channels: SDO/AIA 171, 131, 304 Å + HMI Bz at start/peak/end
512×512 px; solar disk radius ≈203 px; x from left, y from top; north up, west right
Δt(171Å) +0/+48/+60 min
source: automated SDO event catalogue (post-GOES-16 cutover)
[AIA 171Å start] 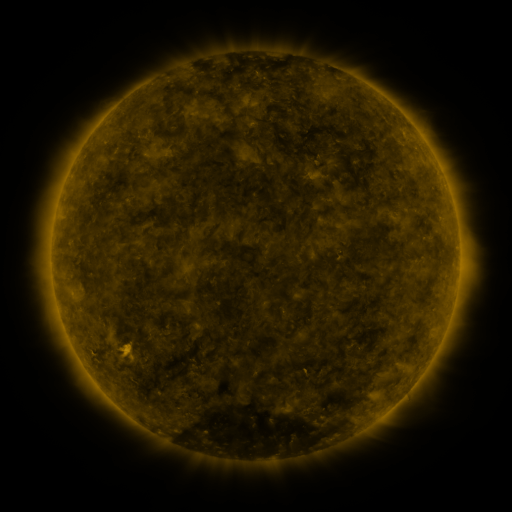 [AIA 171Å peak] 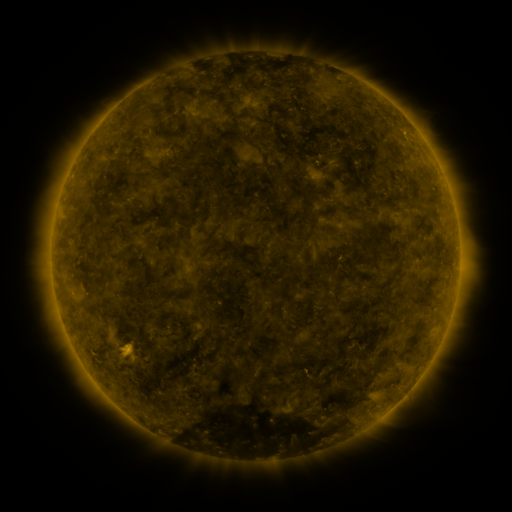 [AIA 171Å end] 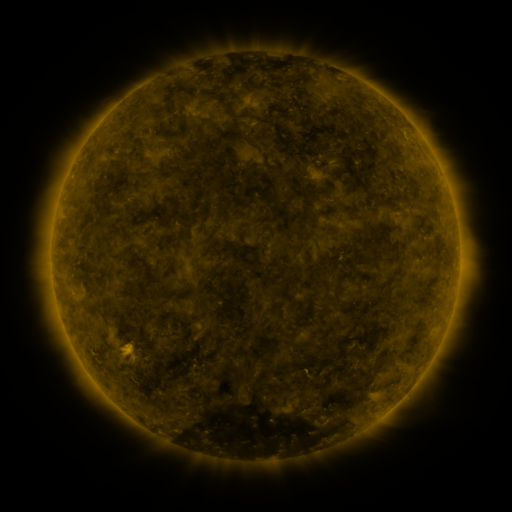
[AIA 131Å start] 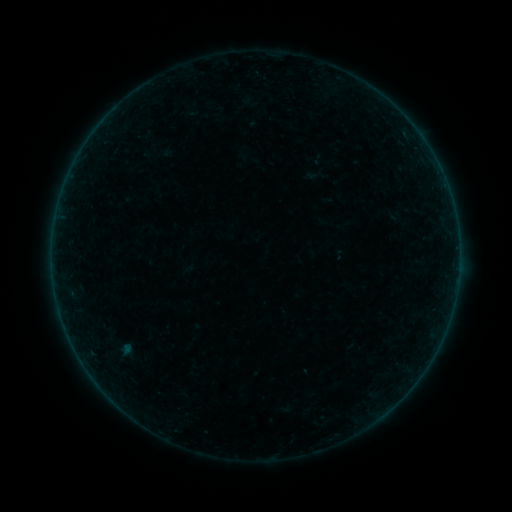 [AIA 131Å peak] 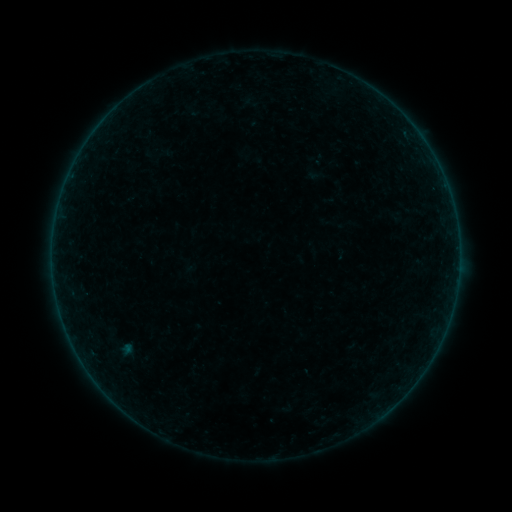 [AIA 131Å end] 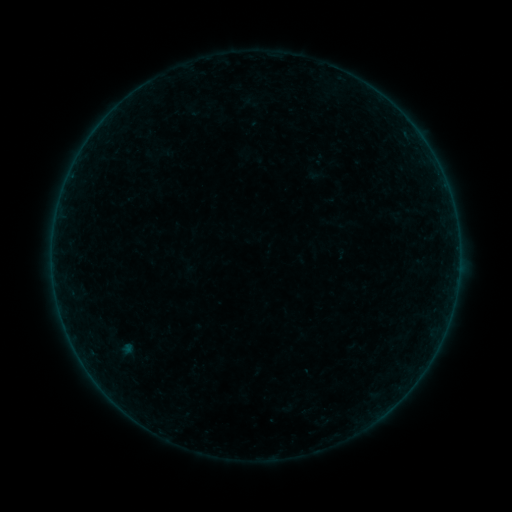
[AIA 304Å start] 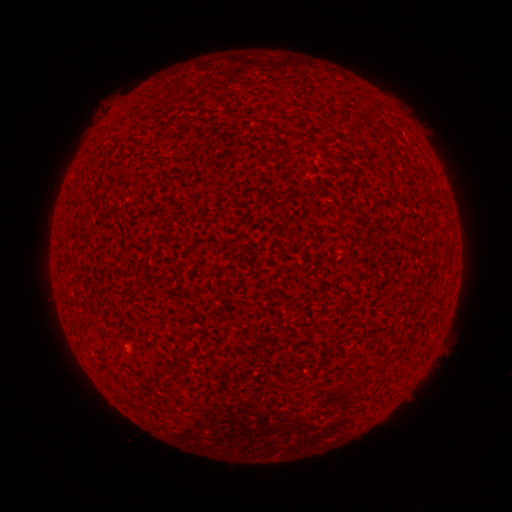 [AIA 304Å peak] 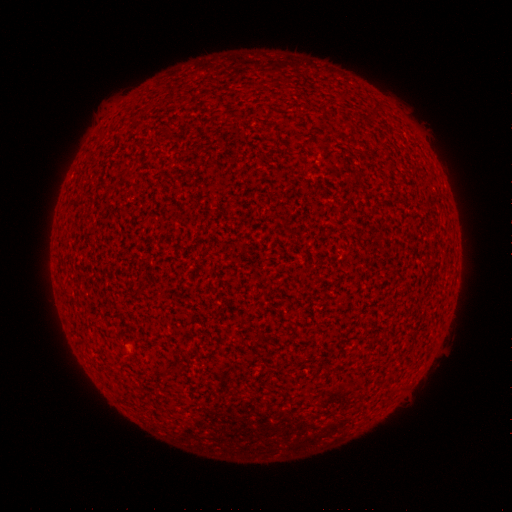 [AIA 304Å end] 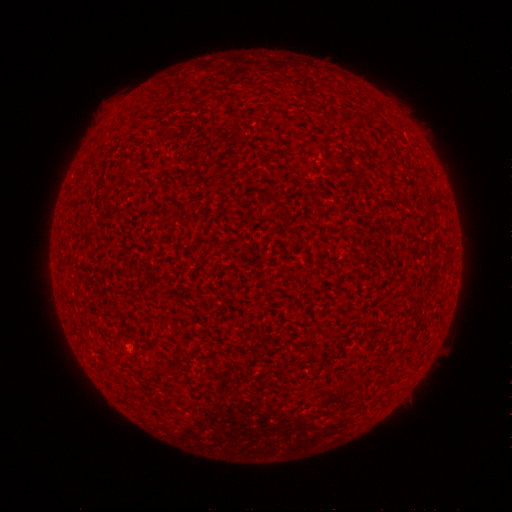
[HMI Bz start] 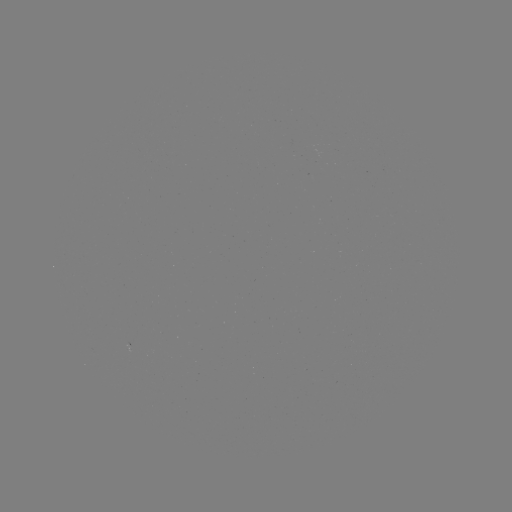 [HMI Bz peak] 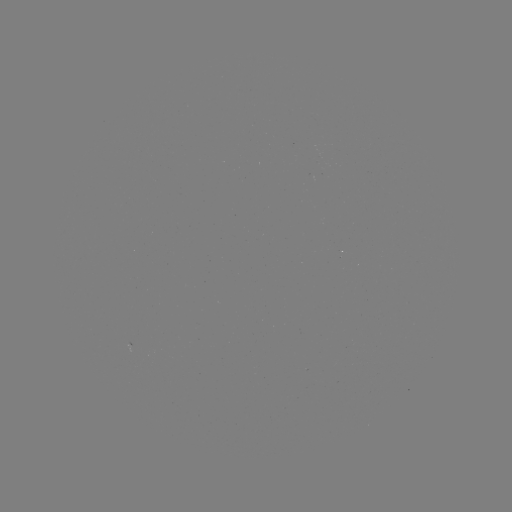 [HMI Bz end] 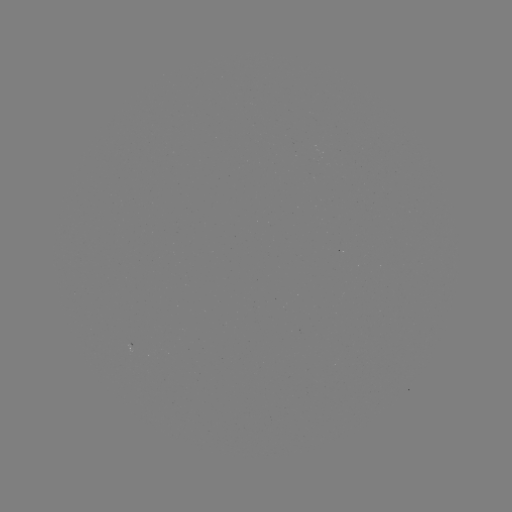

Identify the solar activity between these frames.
A8.2 flare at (131, 347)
